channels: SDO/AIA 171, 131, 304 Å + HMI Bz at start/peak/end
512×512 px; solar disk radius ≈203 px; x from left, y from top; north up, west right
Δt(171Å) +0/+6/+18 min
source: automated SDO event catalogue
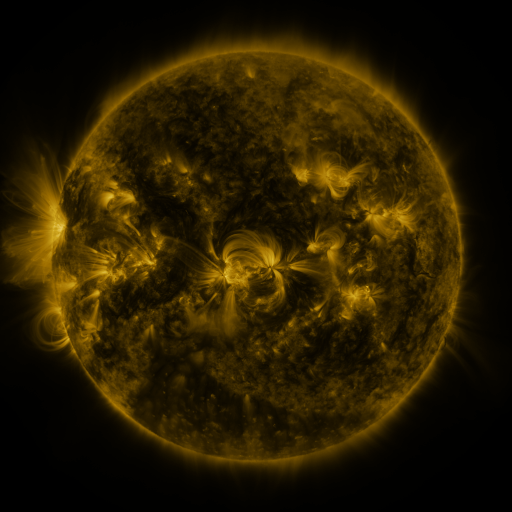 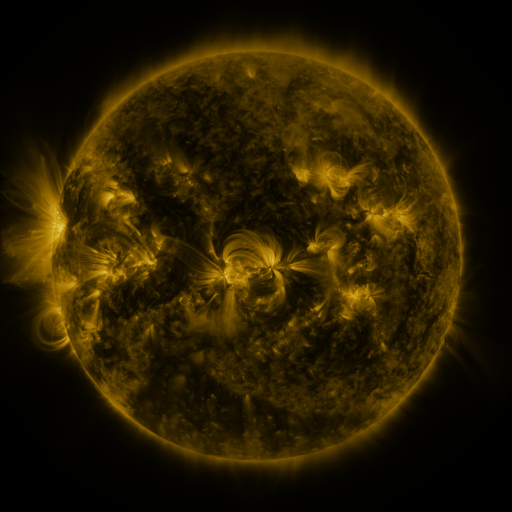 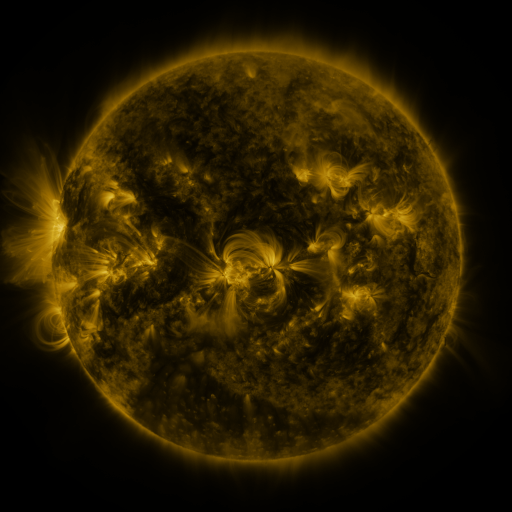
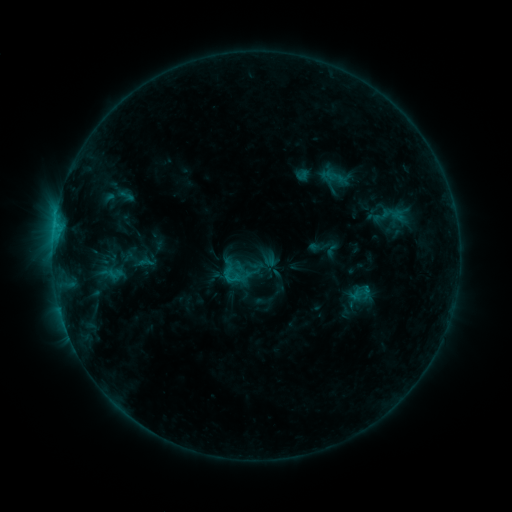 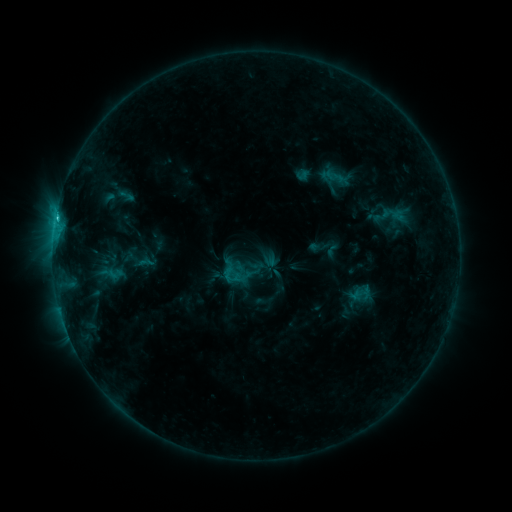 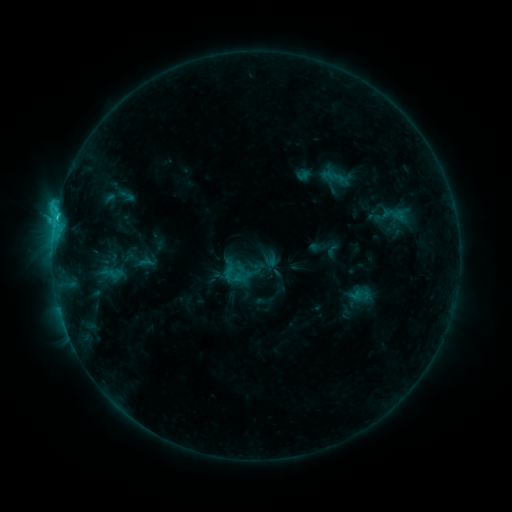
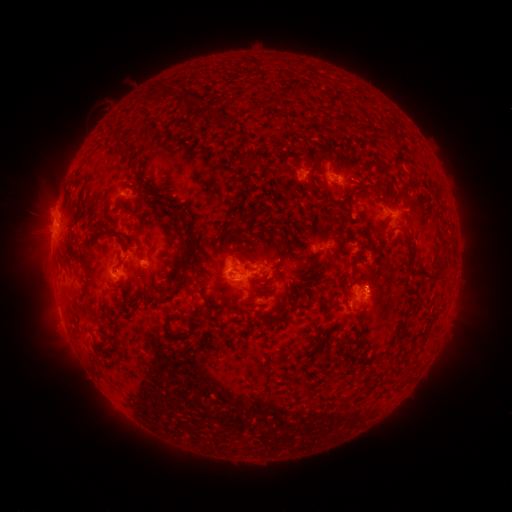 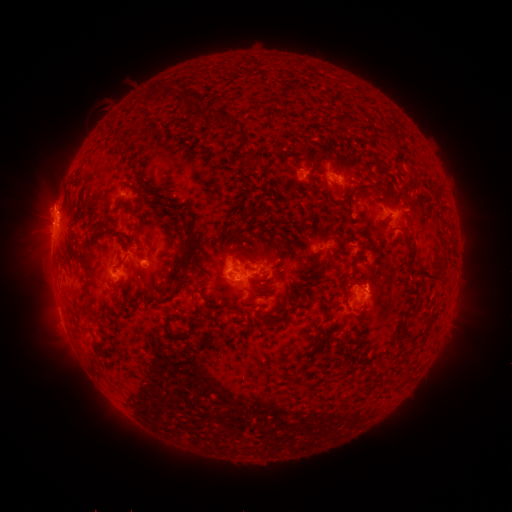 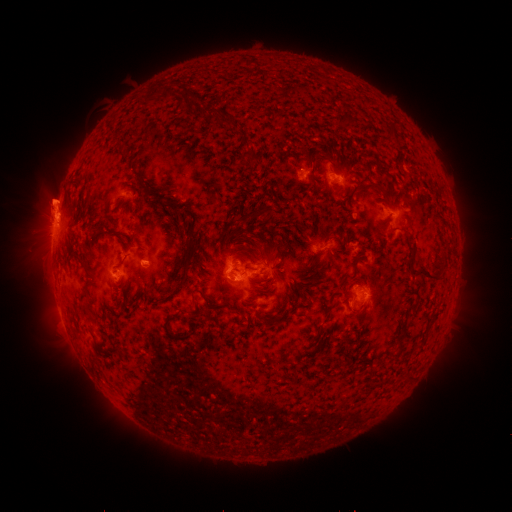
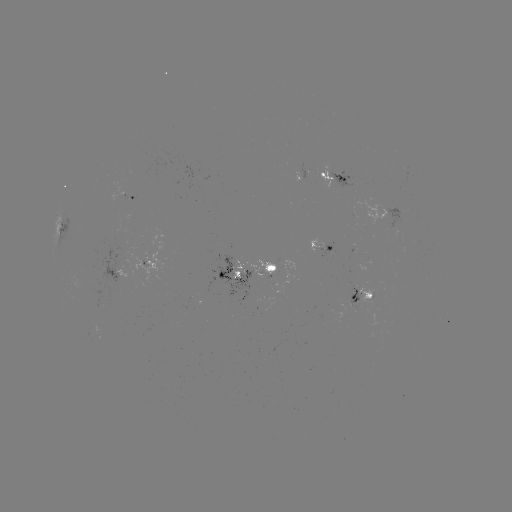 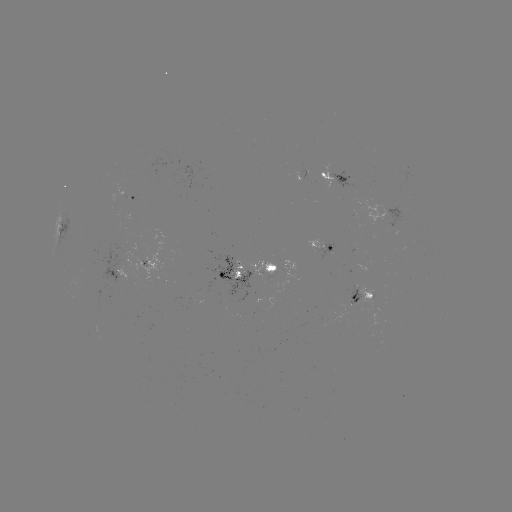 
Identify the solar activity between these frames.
eruption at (52, 201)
